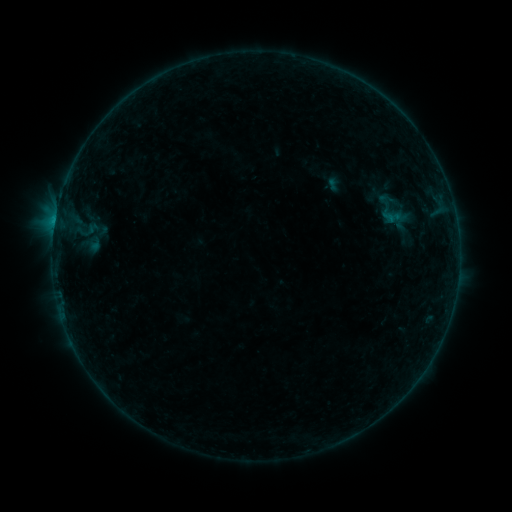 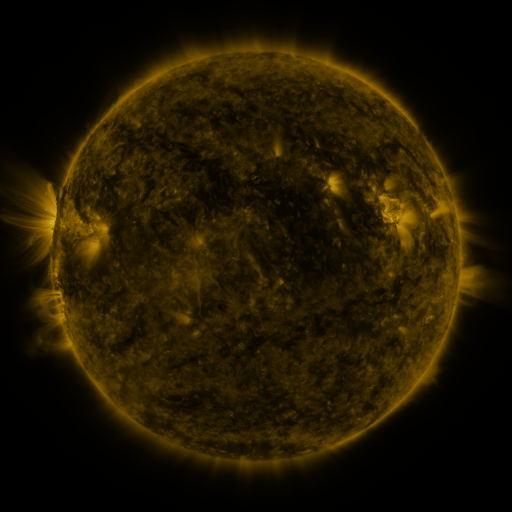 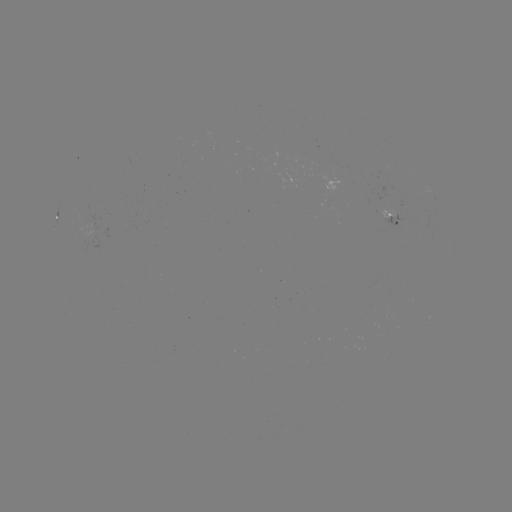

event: sigmoid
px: (387, 199)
